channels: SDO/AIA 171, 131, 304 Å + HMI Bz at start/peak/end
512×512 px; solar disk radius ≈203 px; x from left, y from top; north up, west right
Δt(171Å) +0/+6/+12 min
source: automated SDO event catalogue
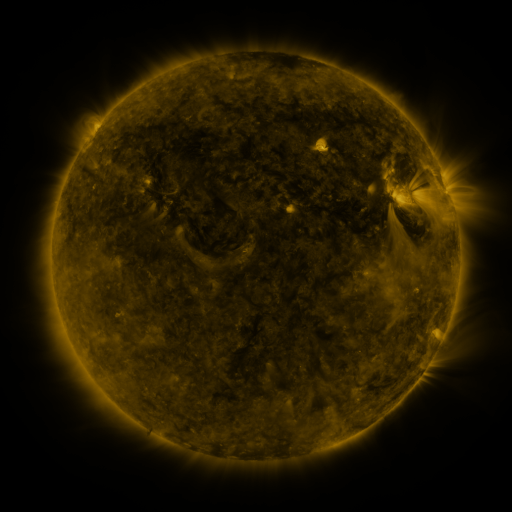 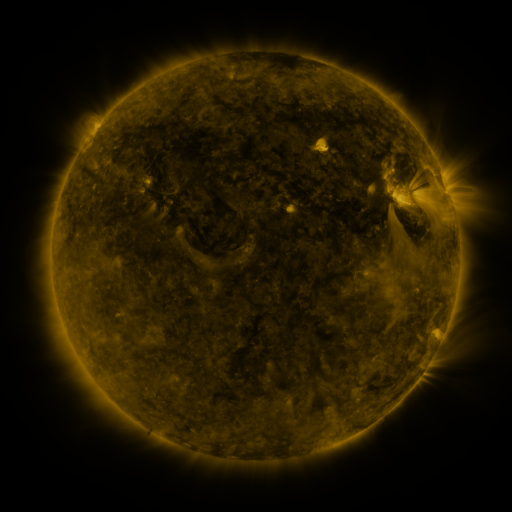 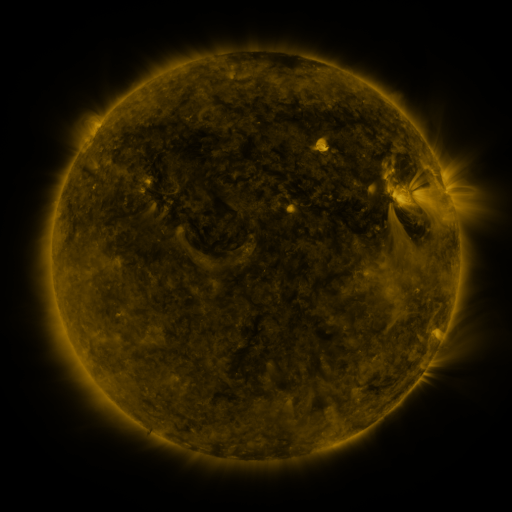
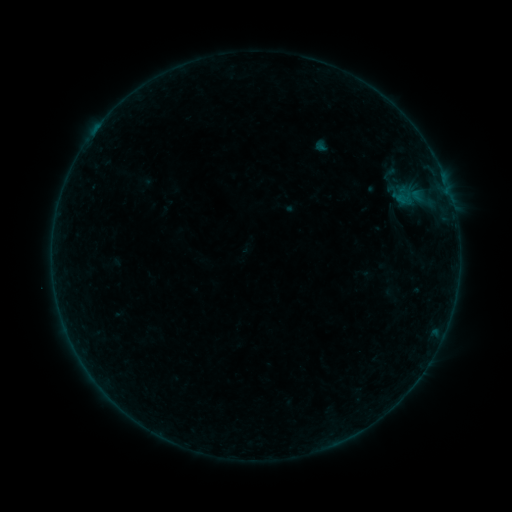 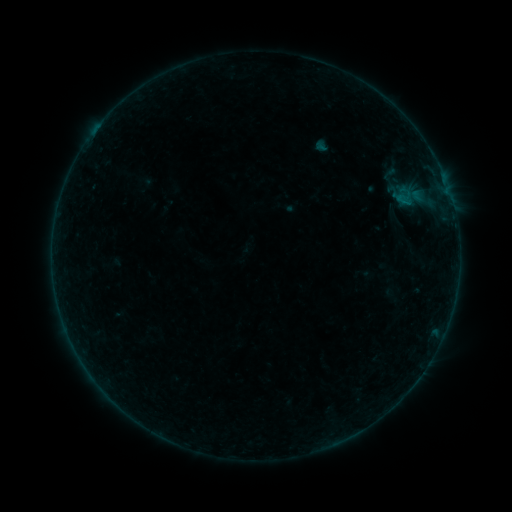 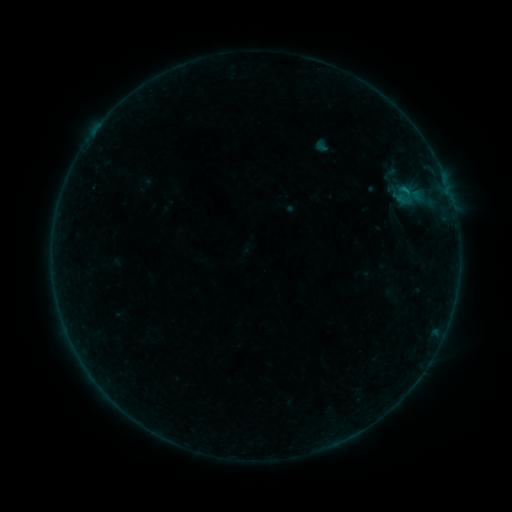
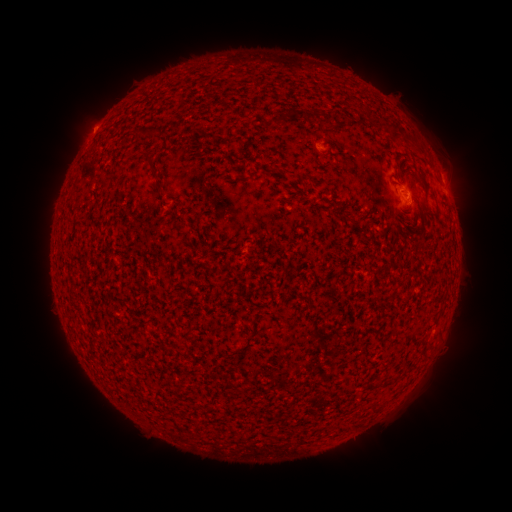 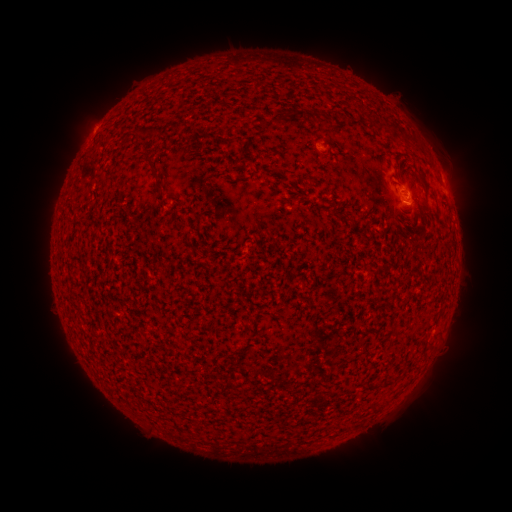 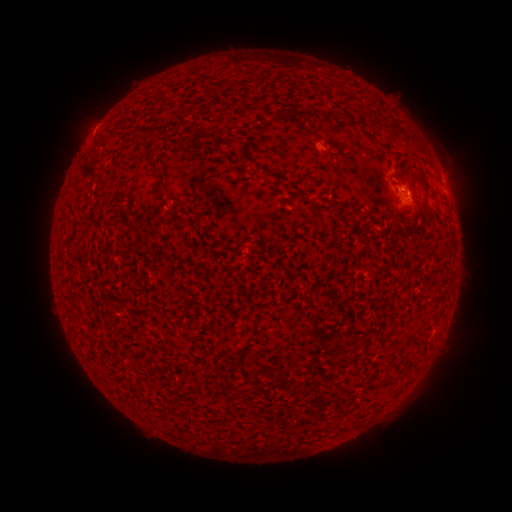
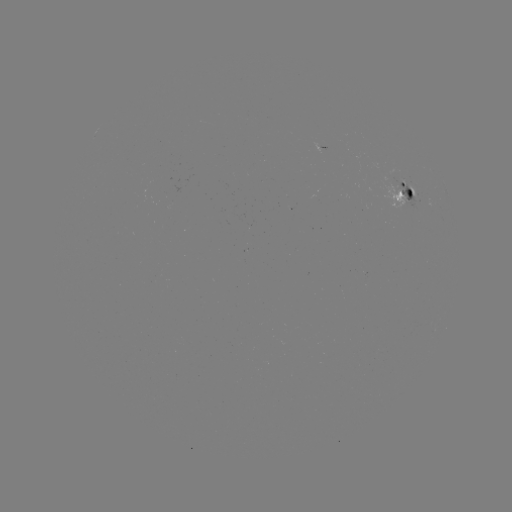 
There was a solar flare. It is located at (405, 206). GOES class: B4.0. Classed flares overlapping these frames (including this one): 1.